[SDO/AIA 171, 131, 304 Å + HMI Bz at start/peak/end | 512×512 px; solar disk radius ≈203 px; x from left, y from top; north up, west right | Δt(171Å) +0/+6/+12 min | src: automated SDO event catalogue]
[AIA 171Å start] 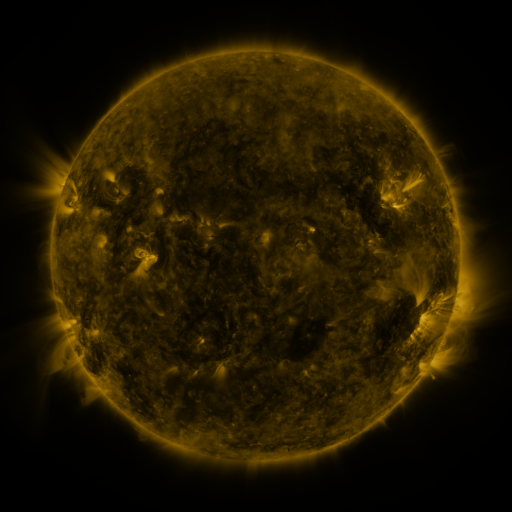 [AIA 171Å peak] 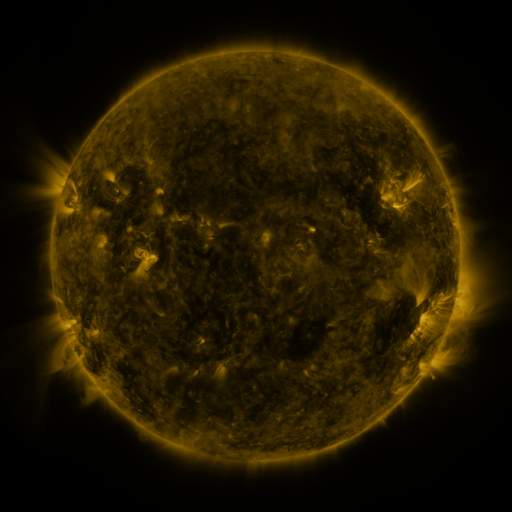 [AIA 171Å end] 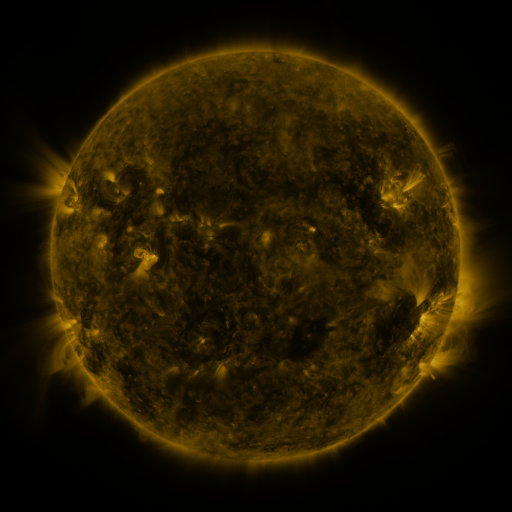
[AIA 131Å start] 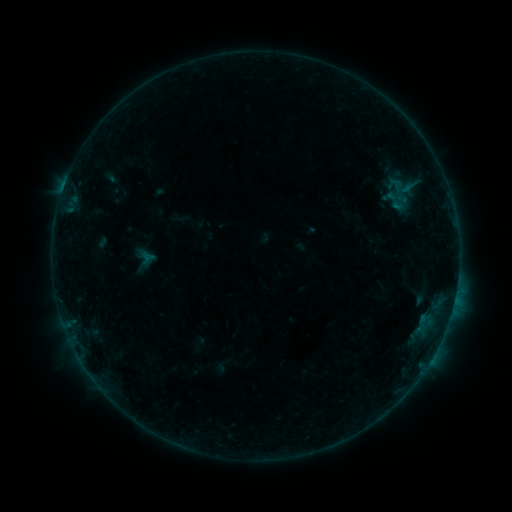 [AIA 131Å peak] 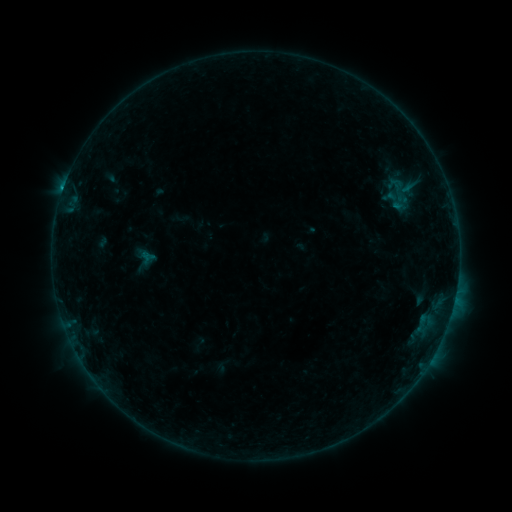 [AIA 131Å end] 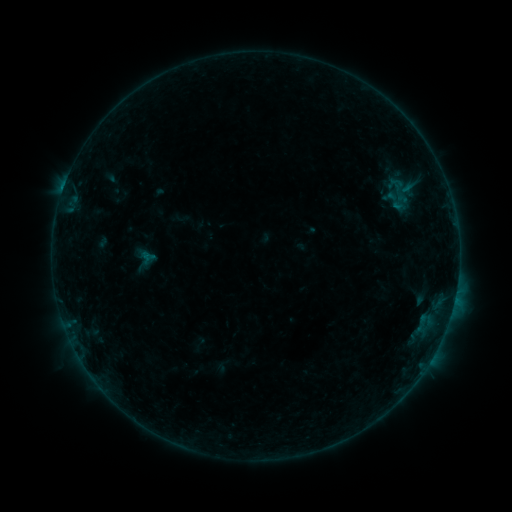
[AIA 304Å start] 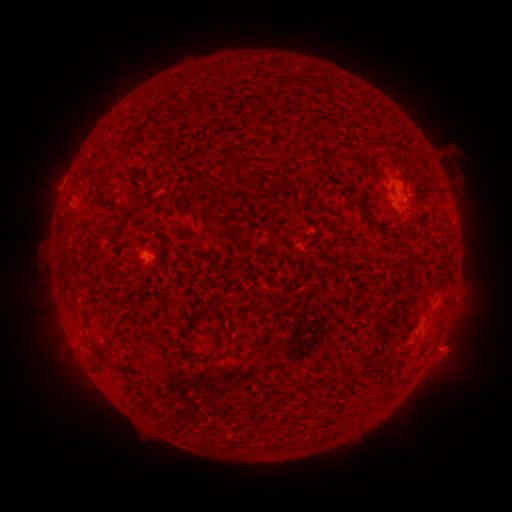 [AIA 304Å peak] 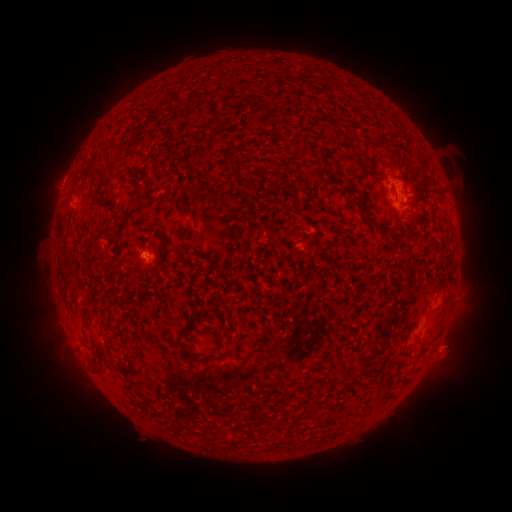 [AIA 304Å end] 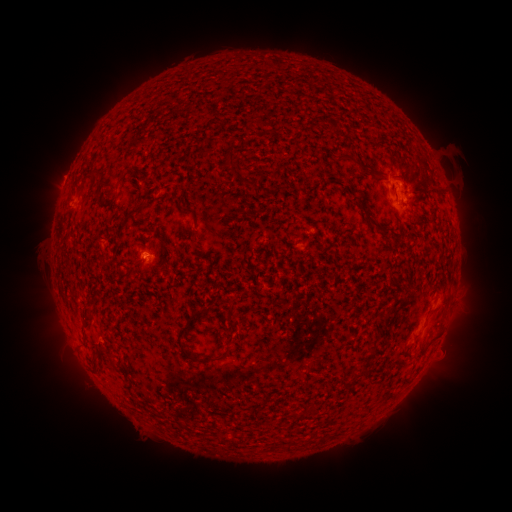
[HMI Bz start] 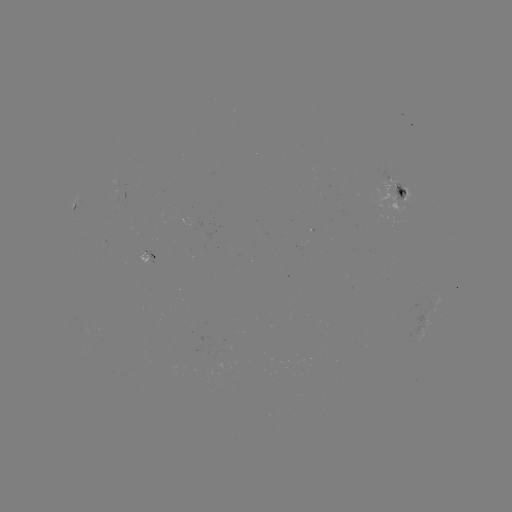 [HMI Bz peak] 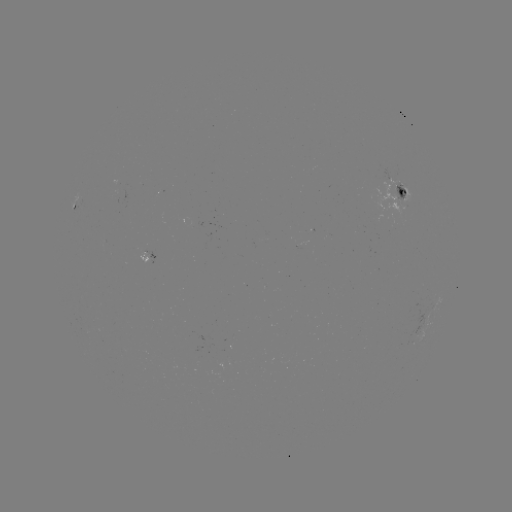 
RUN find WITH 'B4.2 flare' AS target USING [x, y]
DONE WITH [64, 191] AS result